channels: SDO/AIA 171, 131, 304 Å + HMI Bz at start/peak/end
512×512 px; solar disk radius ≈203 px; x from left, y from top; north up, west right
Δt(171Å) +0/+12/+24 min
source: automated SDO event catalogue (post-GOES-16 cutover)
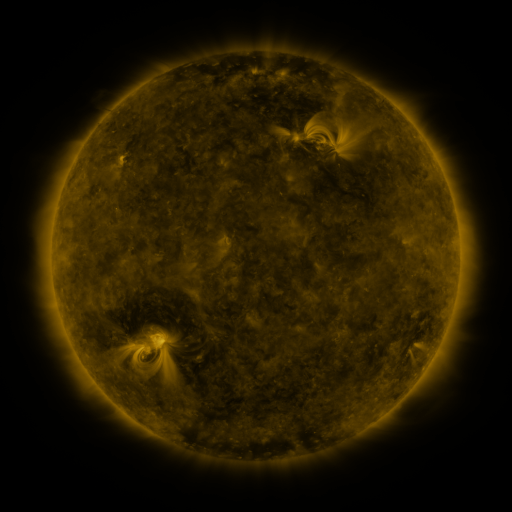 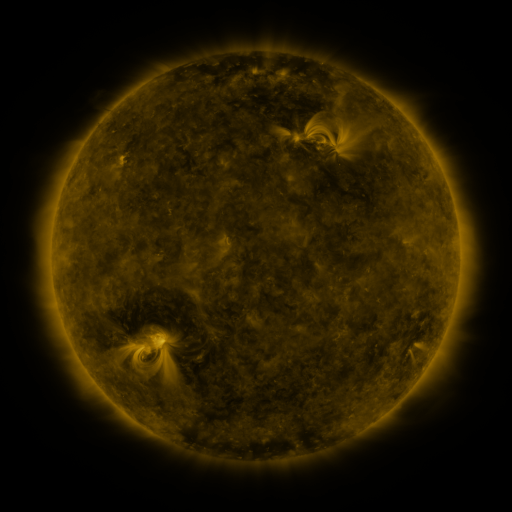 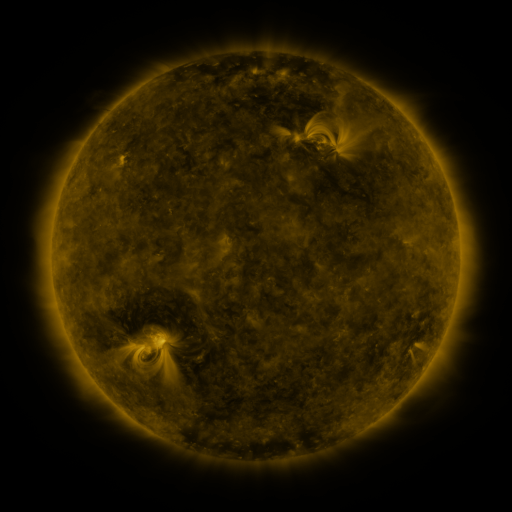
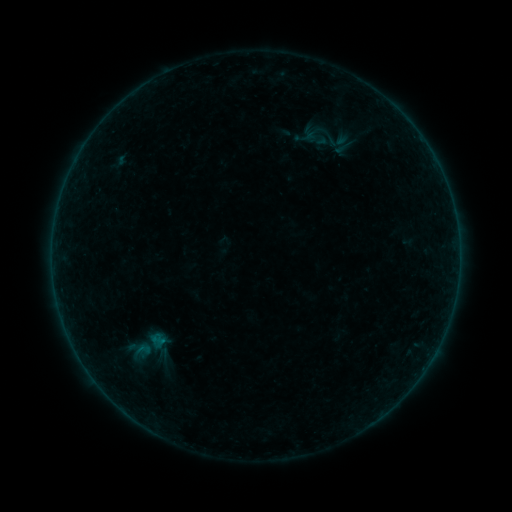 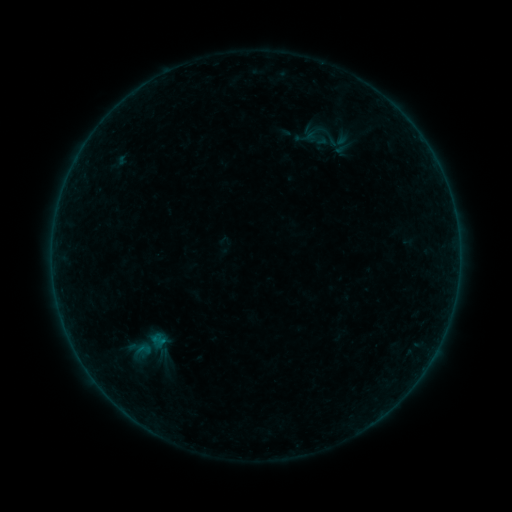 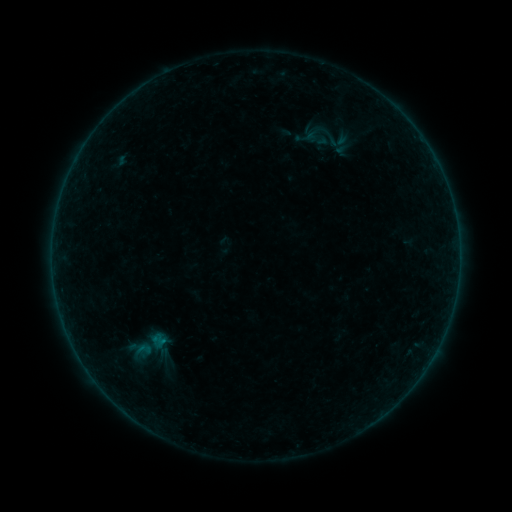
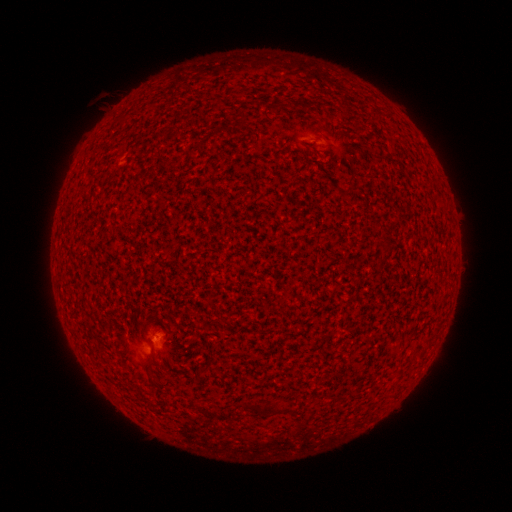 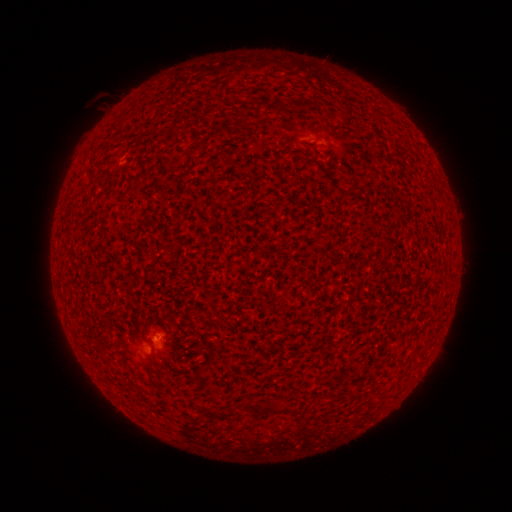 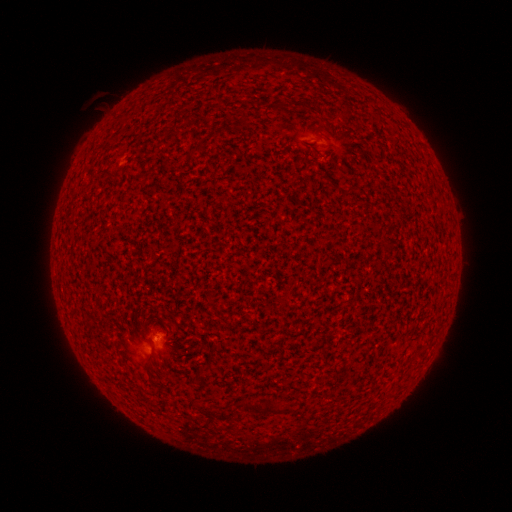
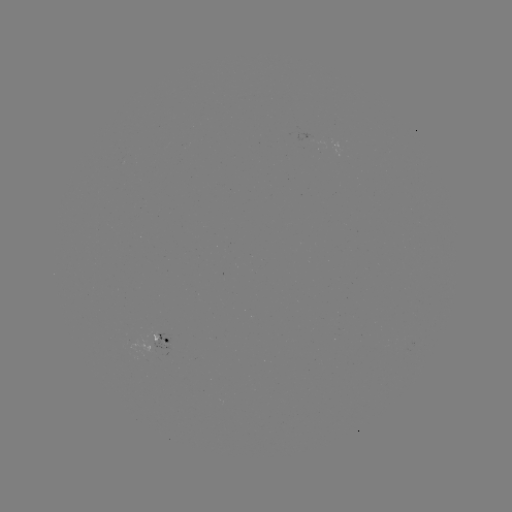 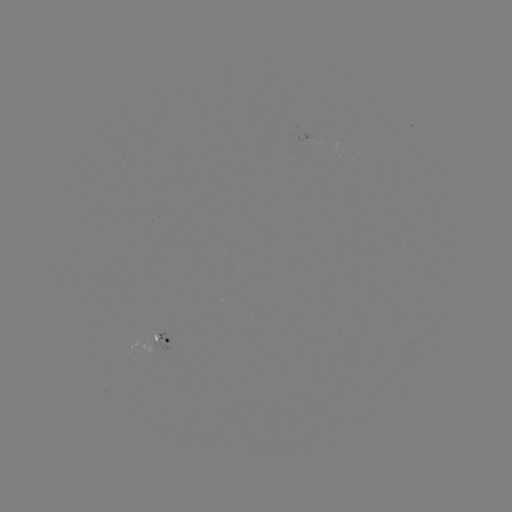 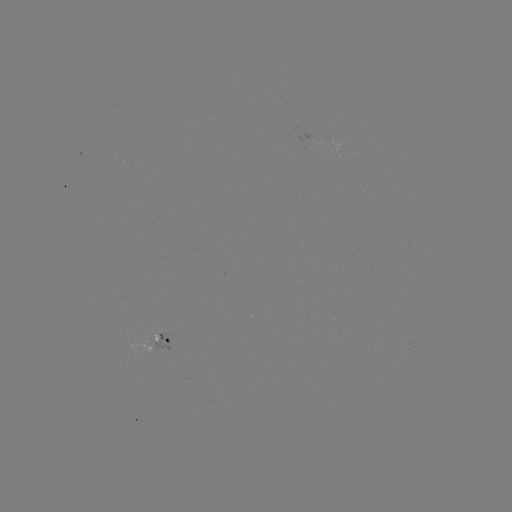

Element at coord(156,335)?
A7.7 flare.